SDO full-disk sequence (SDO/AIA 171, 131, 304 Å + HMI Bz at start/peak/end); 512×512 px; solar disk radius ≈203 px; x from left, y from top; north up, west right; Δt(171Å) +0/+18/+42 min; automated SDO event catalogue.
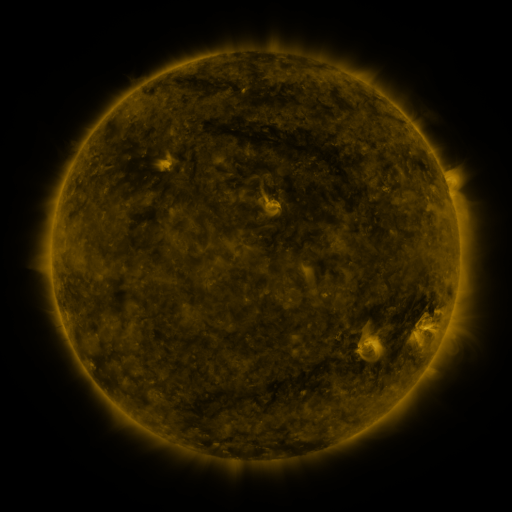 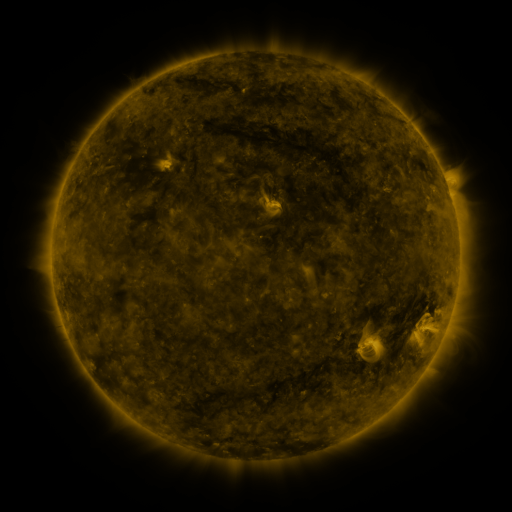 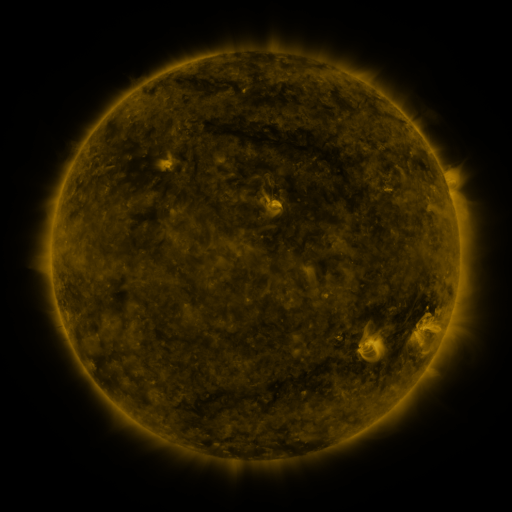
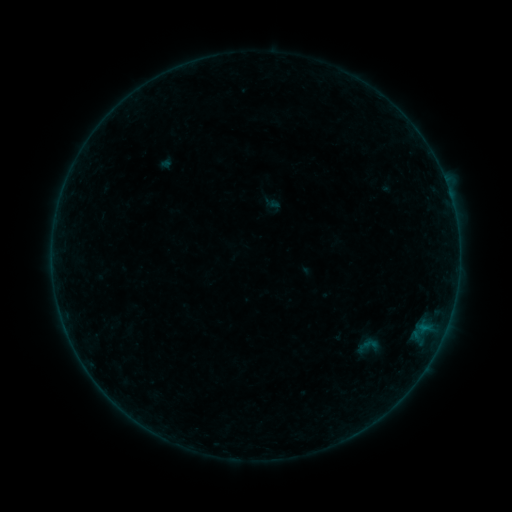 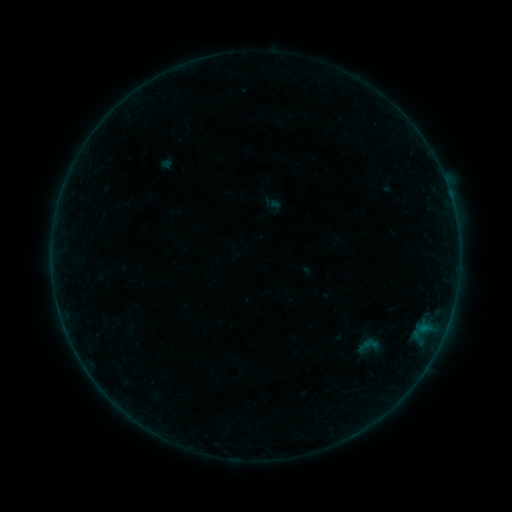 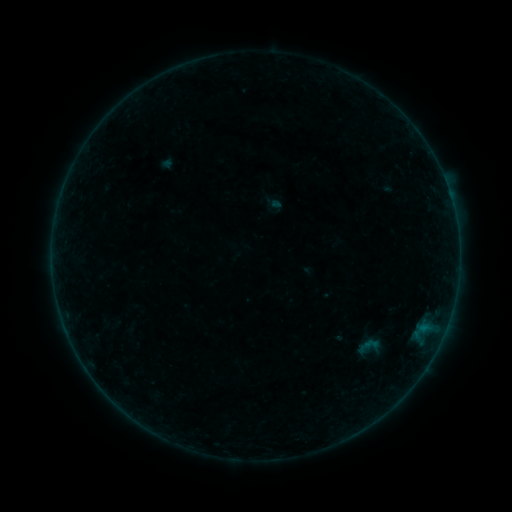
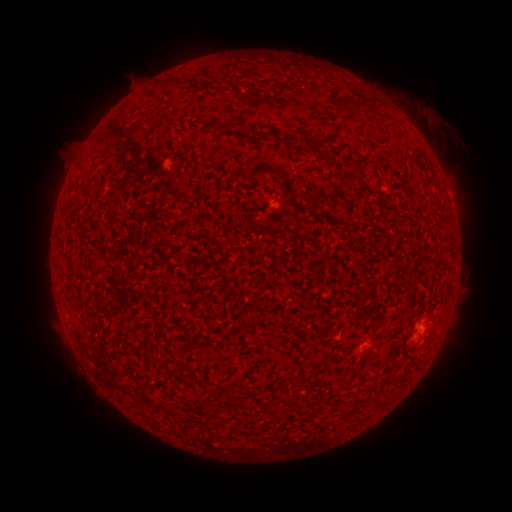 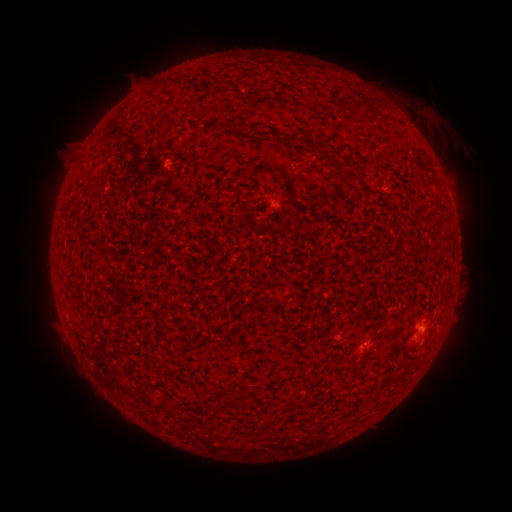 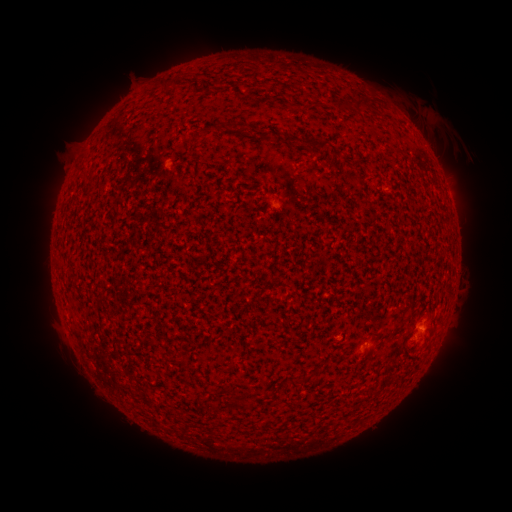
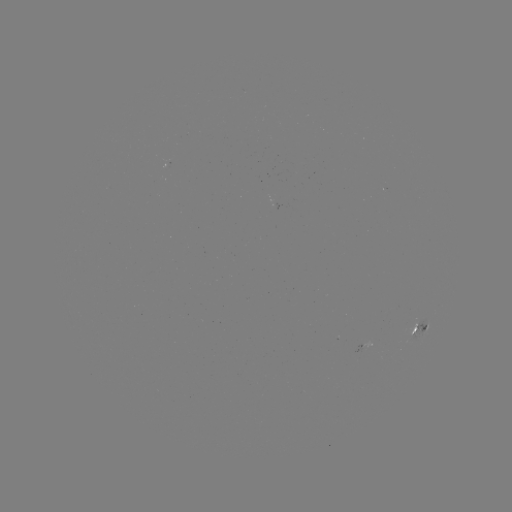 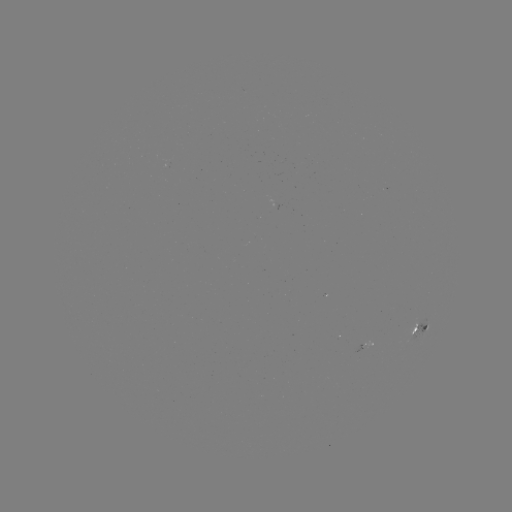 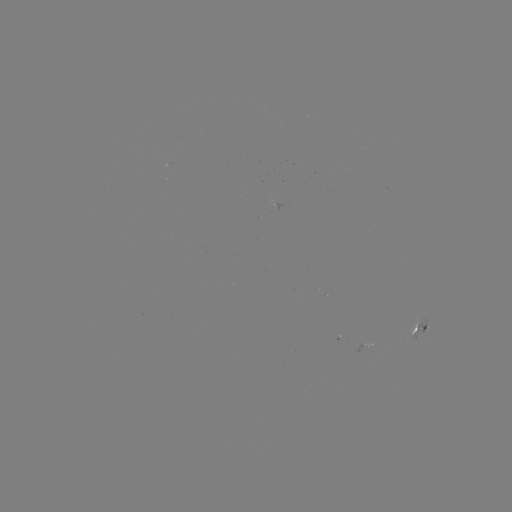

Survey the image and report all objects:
B1.2 flare: (273, 204)
